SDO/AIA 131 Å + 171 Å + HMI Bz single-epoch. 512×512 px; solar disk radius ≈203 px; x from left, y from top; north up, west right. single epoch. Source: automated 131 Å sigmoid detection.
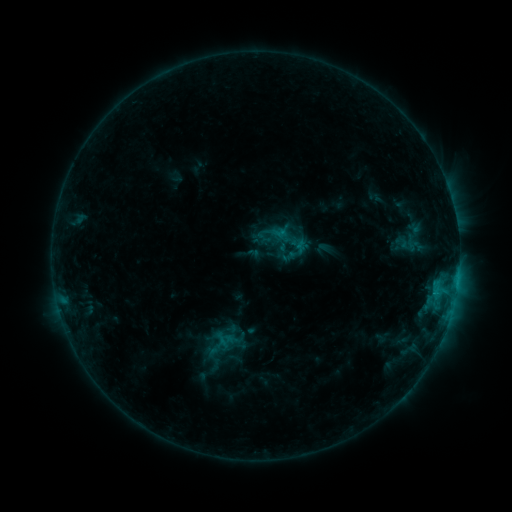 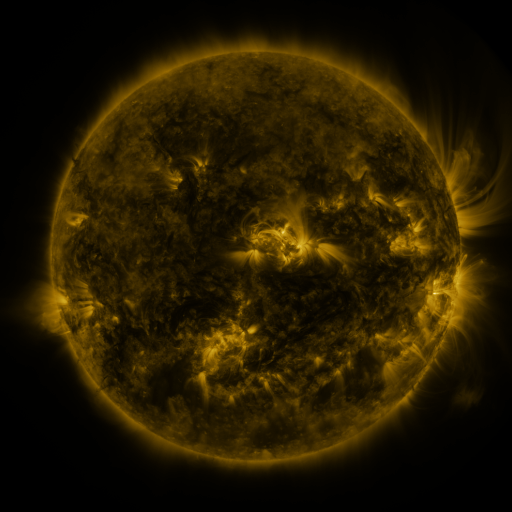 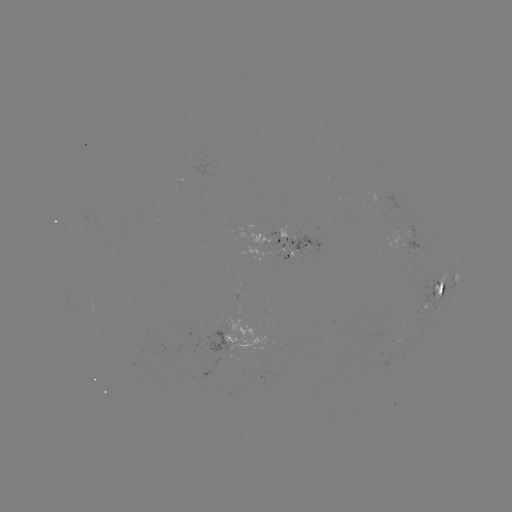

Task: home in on sigmoid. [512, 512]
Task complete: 409,247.